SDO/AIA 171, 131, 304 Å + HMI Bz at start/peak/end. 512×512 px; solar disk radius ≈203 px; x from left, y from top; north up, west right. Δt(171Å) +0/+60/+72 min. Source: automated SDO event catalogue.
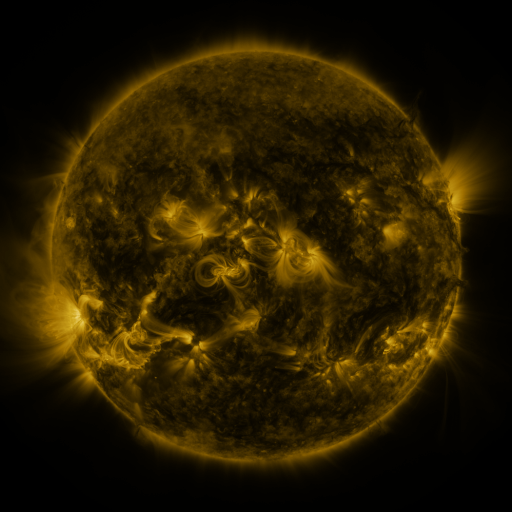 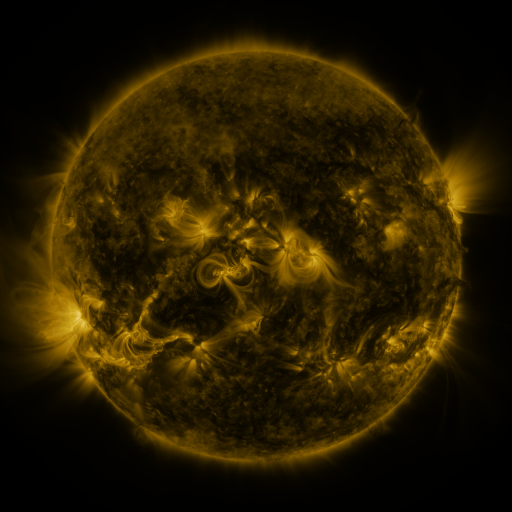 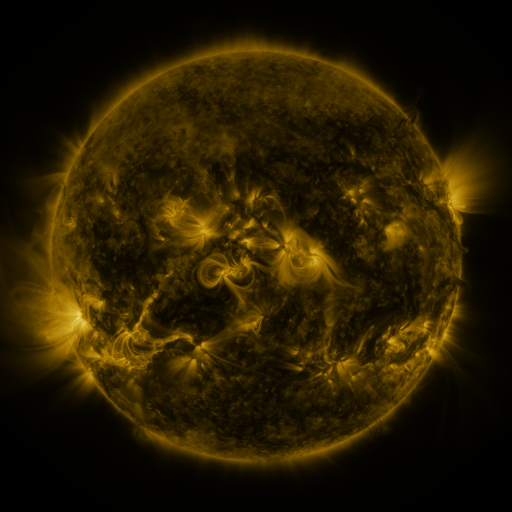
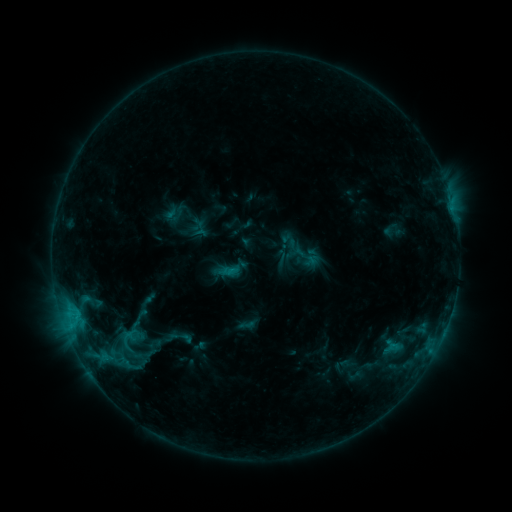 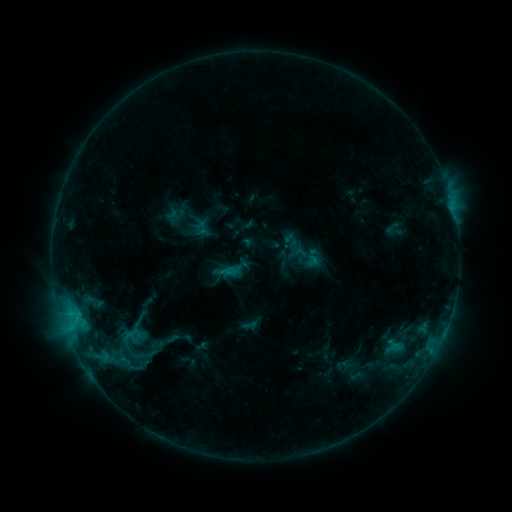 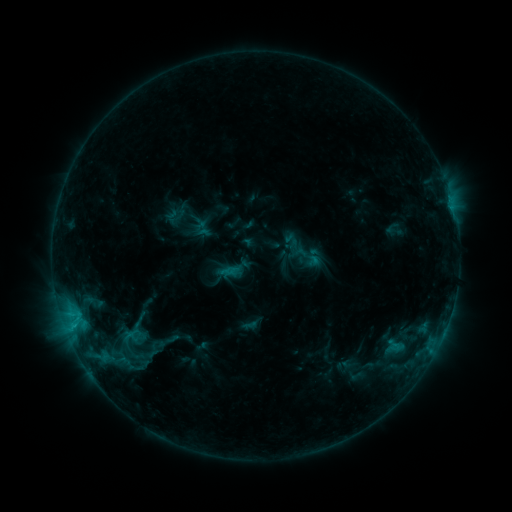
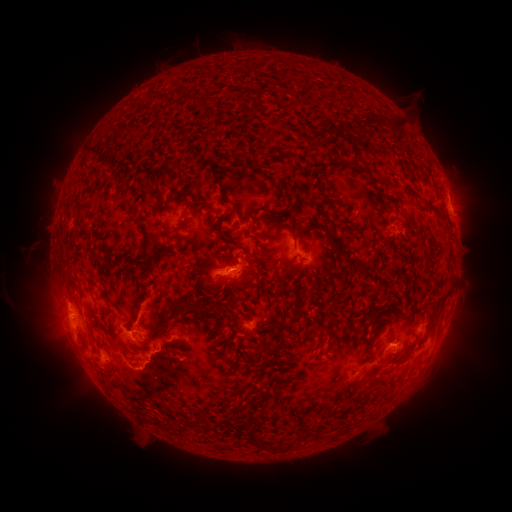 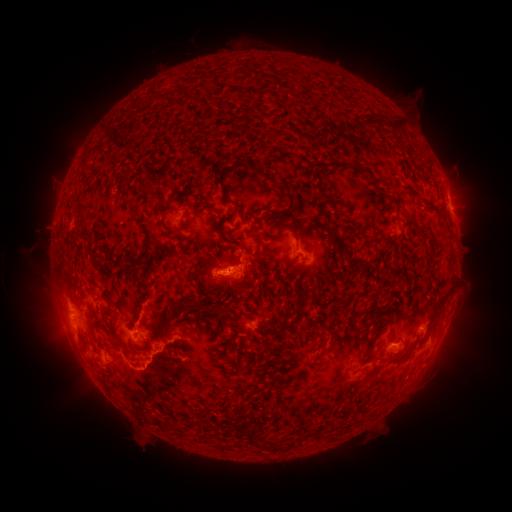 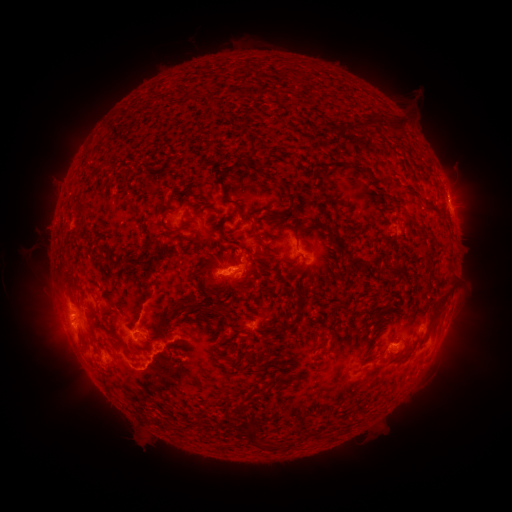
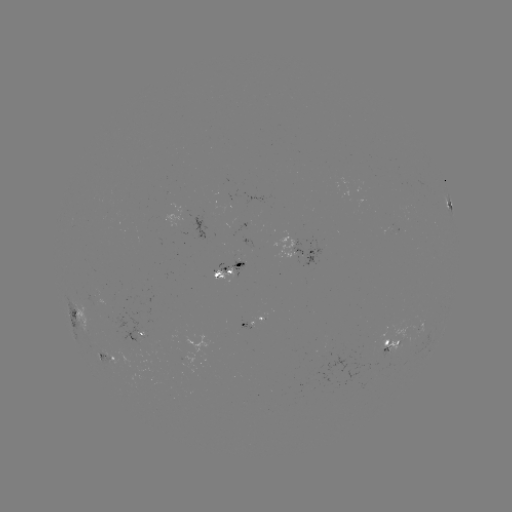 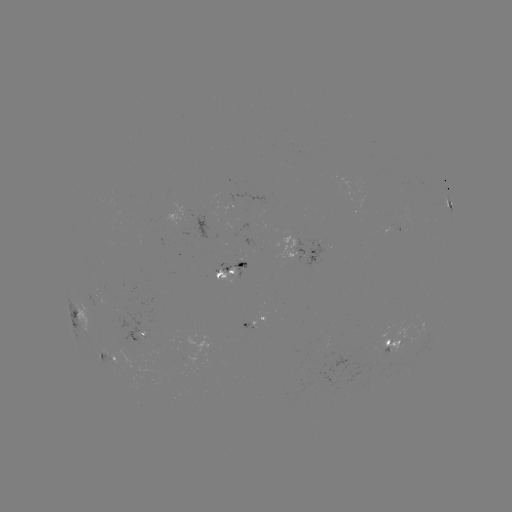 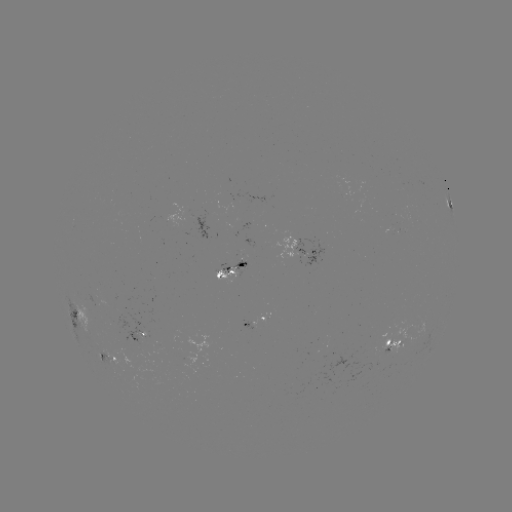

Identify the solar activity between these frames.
emerging-flux region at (391, 343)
